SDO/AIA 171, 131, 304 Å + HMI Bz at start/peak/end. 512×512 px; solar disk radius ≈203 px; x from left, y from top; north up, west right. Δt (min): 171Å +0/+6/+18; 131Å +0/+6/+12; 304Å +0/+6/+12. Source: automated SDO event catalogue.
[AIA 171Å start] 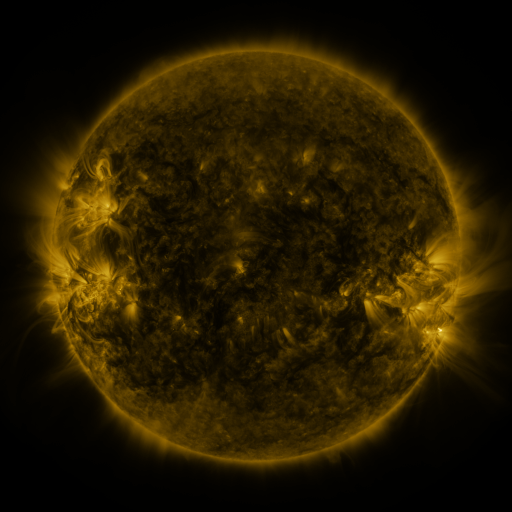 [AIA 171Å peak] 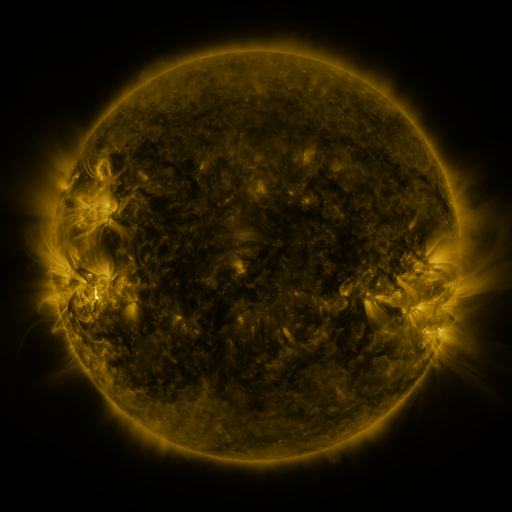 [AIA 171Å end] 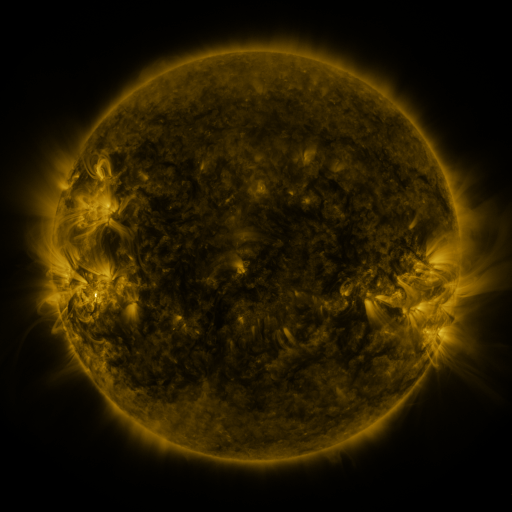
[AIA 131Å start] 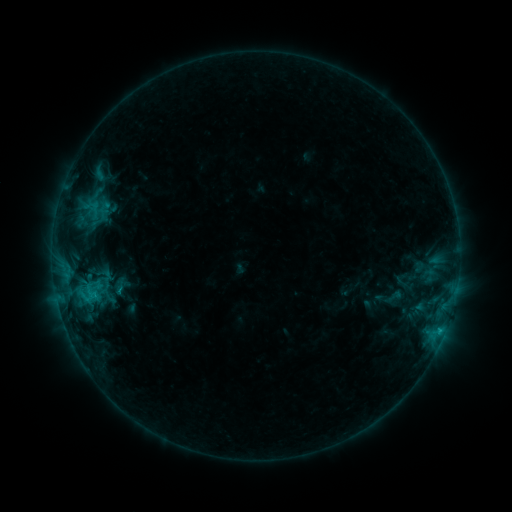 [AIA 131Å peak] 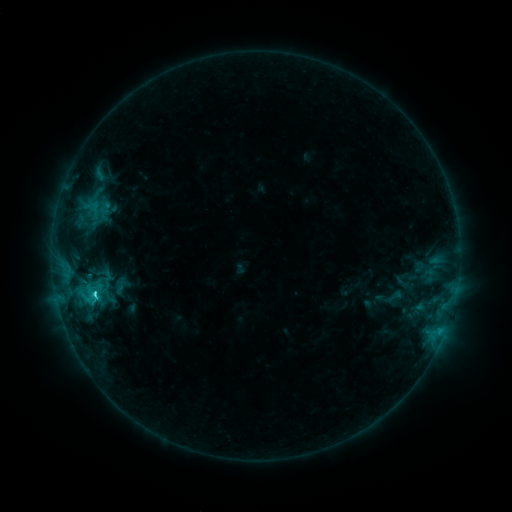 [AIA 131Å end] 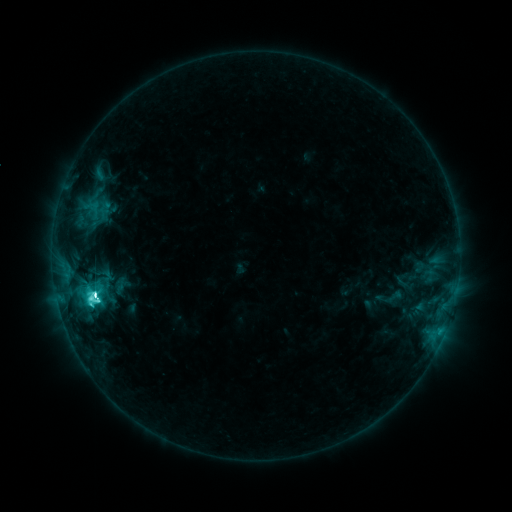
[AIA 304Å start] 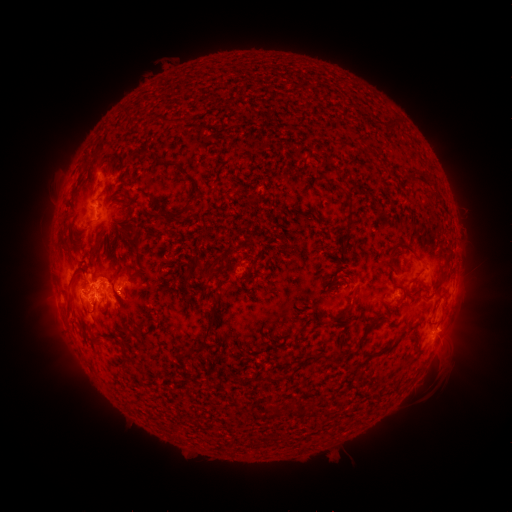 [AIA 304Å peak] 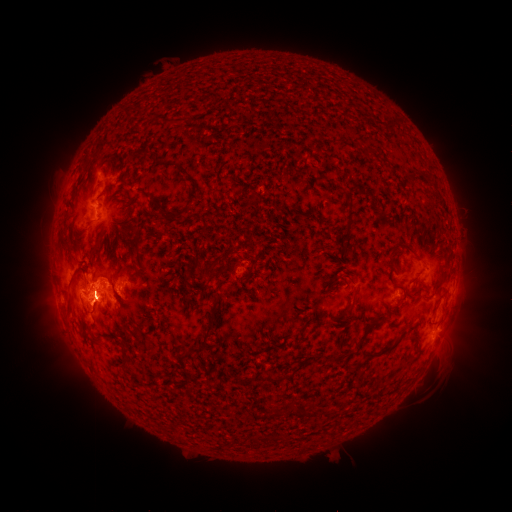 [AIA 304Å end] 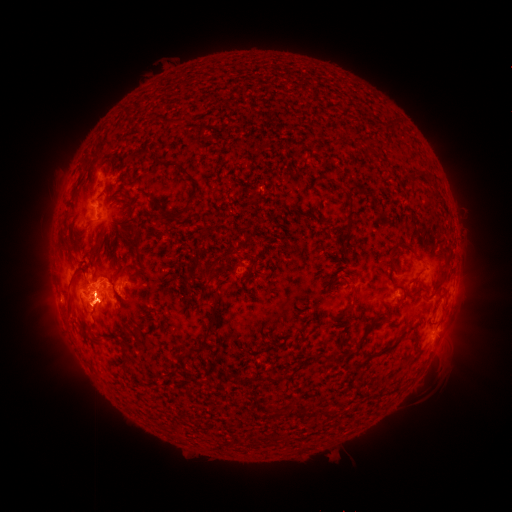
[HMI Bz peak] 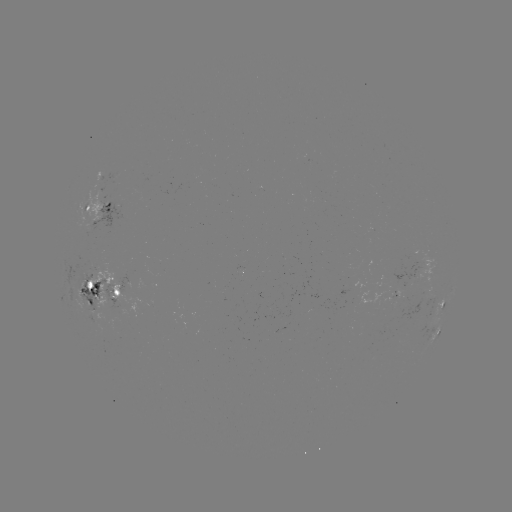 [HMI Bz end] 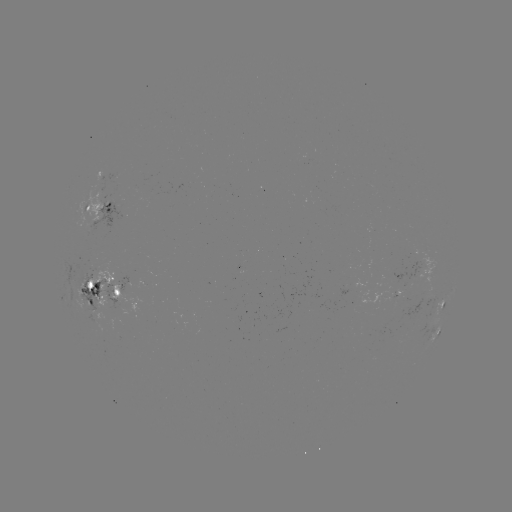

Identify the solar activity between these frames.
M2.1 flare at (96, 293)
